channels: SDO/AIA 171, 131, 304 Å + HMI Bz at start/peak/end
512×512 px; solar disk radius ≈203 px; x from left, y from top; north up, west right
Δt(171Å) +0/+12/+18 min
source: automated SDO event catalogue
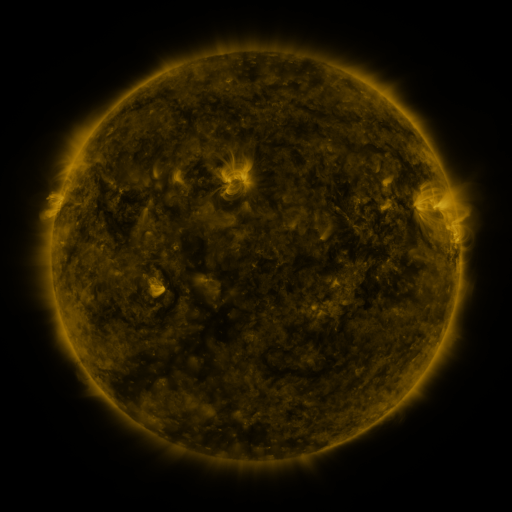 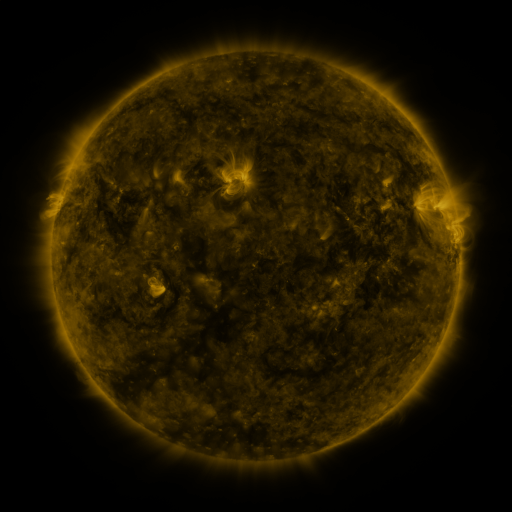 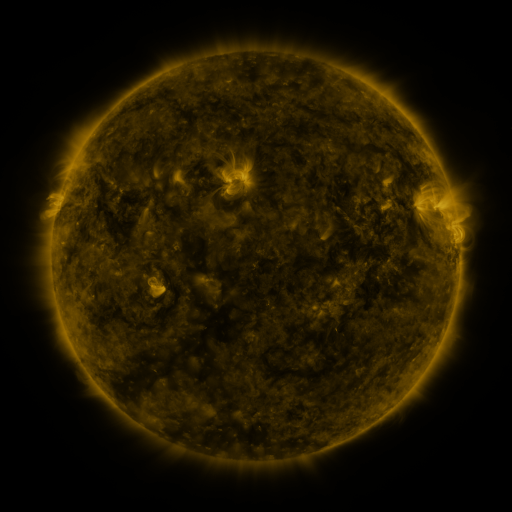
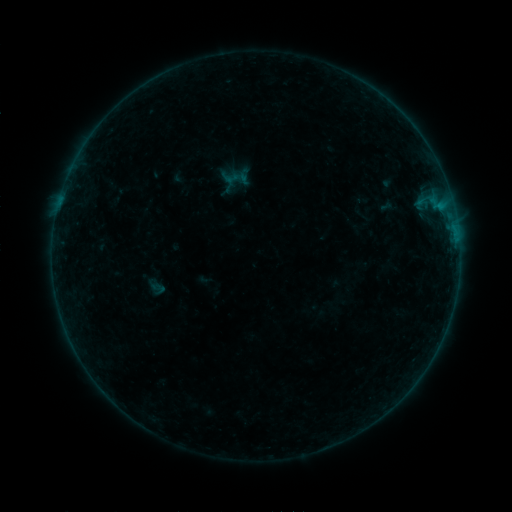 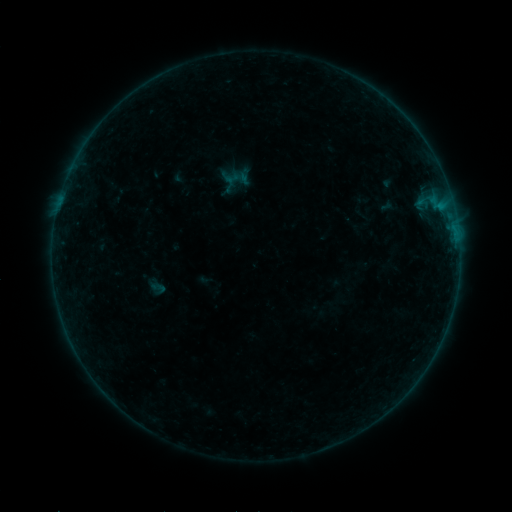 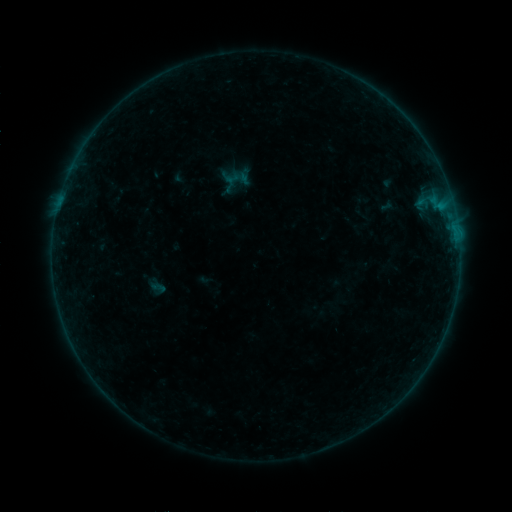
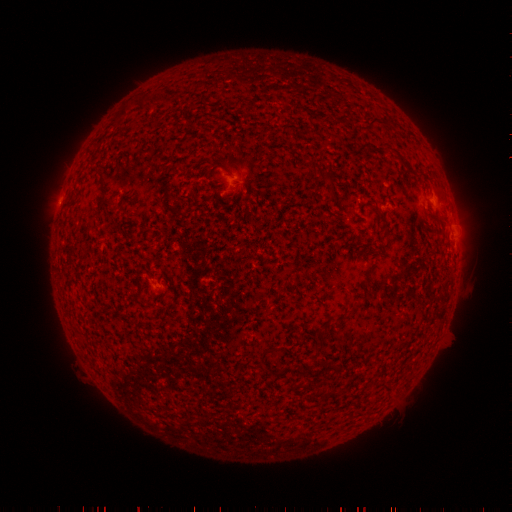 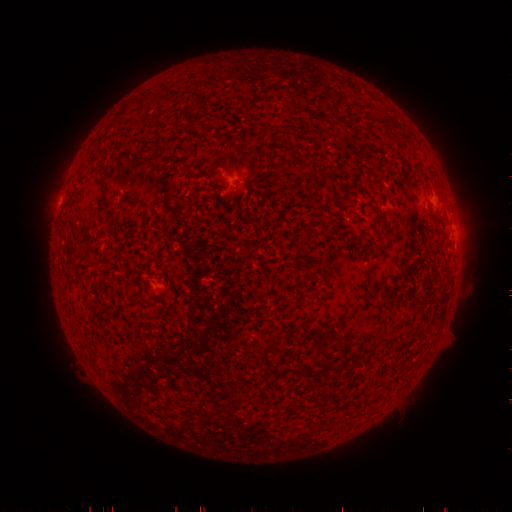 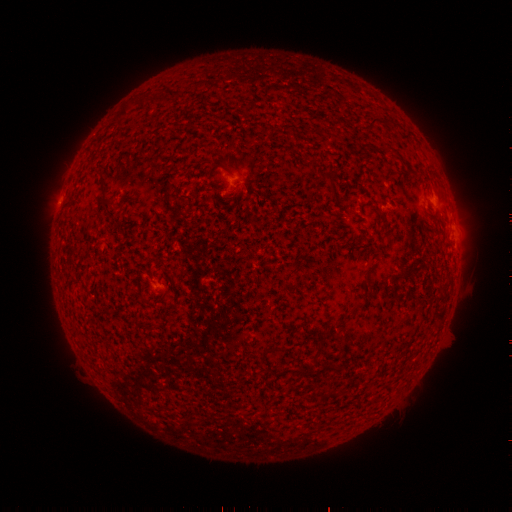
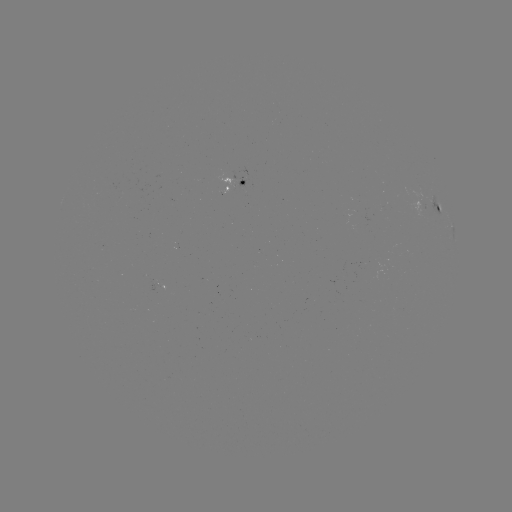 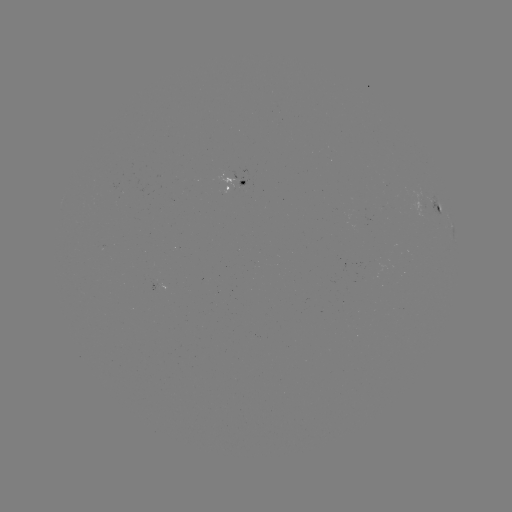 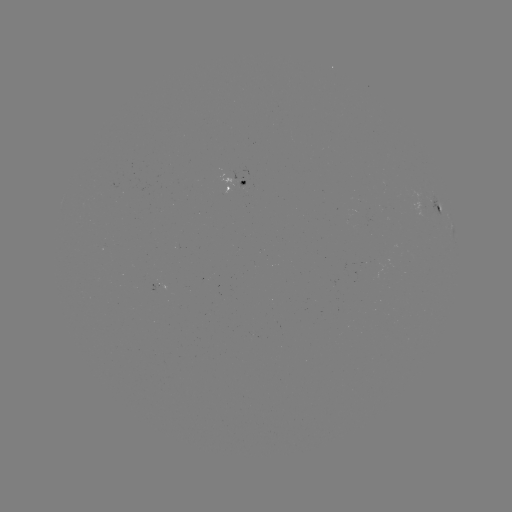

no catalogued flare and no flagged EUV brightening in this window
